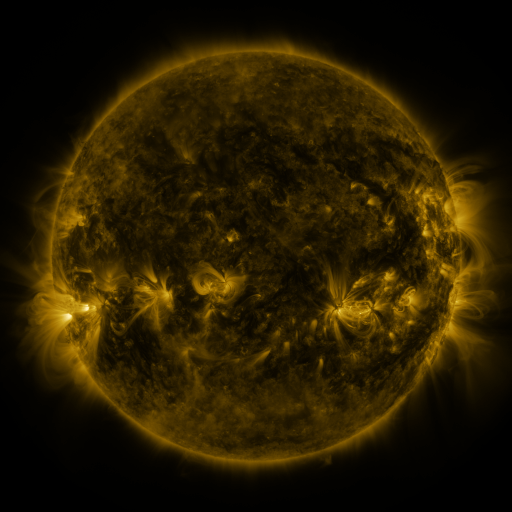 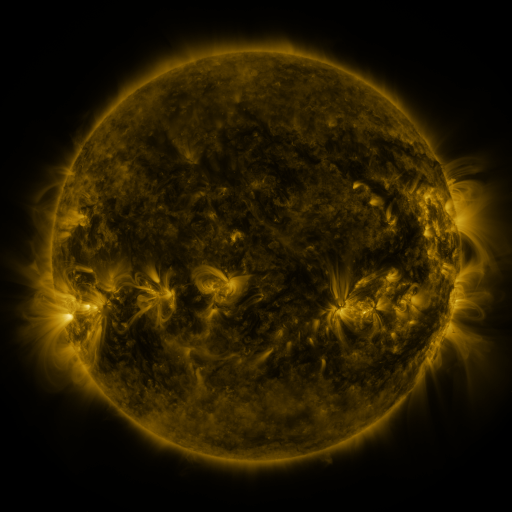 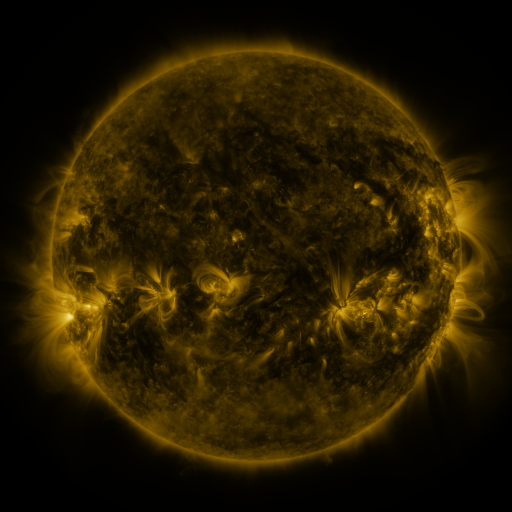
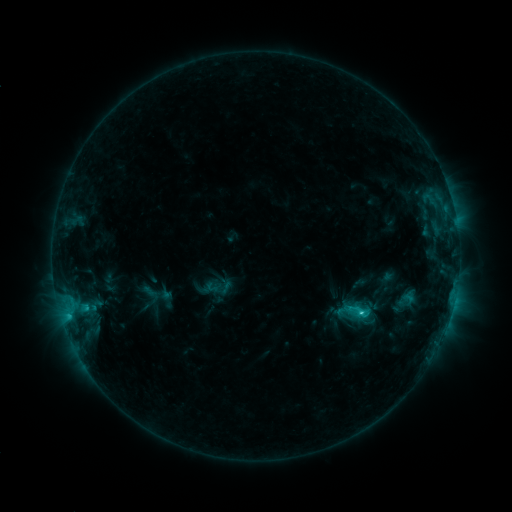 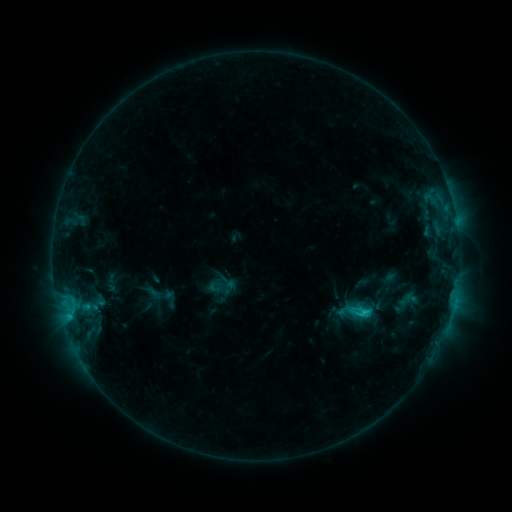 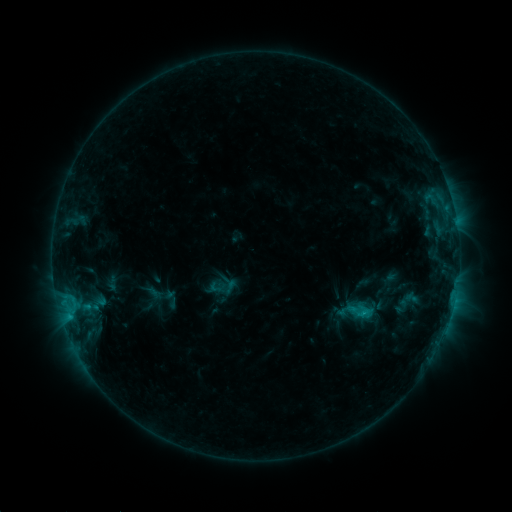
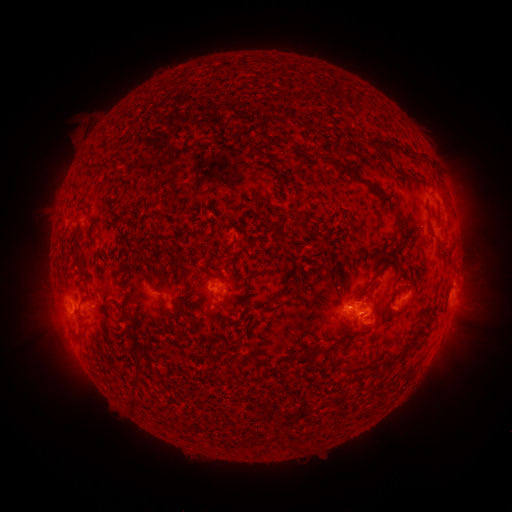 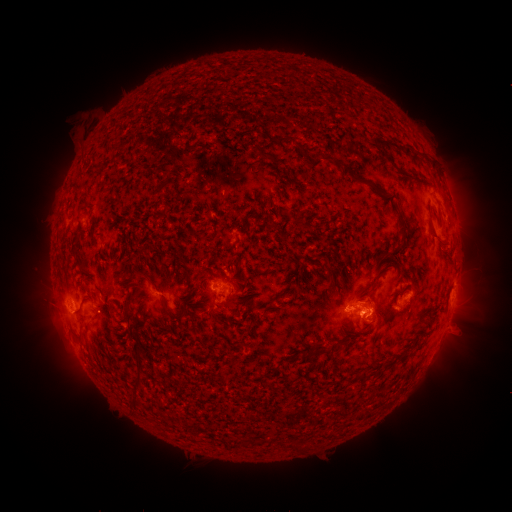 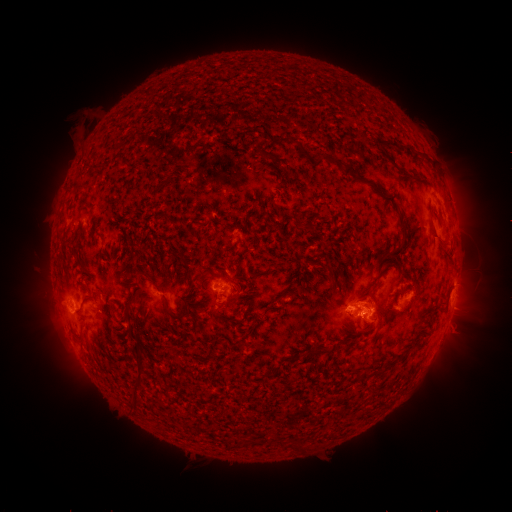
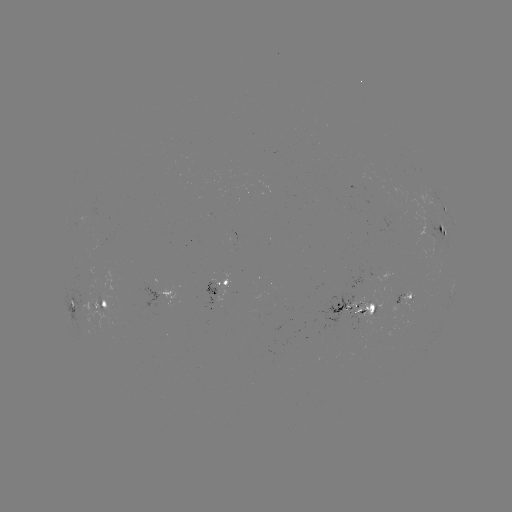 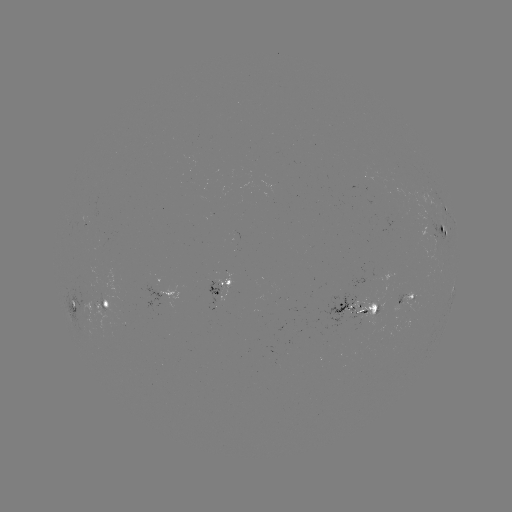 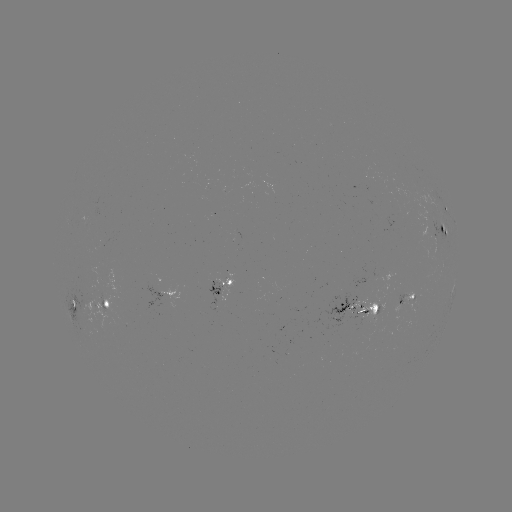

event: emerging-flux region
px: (374, 310)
